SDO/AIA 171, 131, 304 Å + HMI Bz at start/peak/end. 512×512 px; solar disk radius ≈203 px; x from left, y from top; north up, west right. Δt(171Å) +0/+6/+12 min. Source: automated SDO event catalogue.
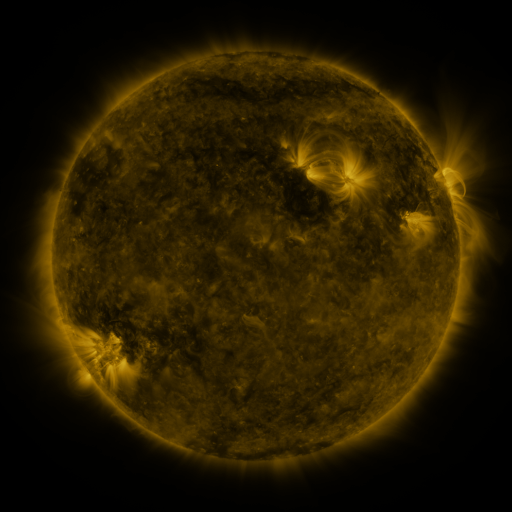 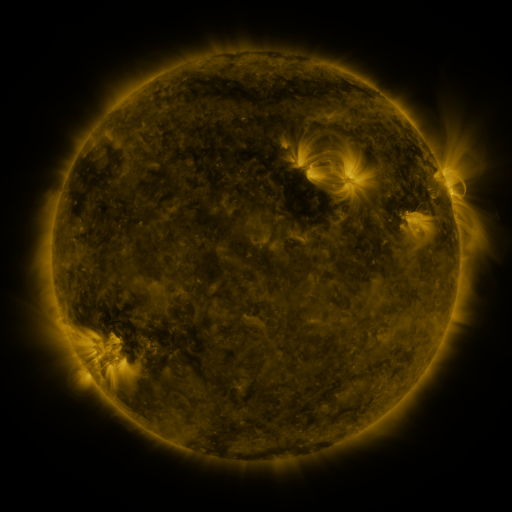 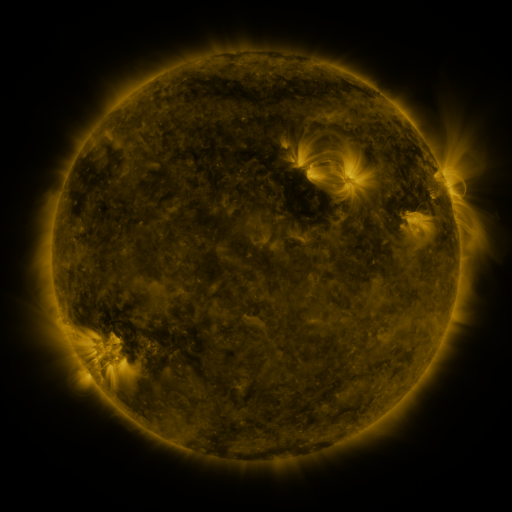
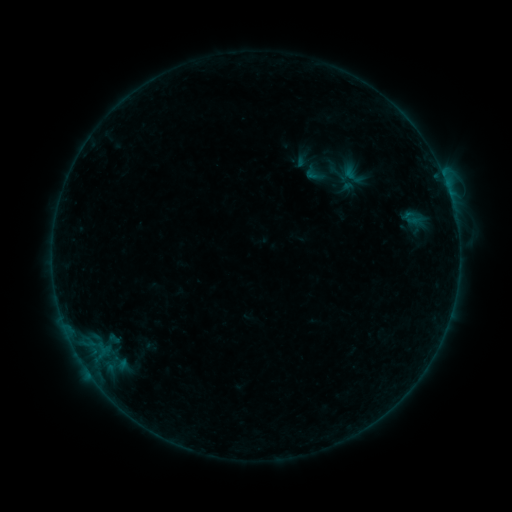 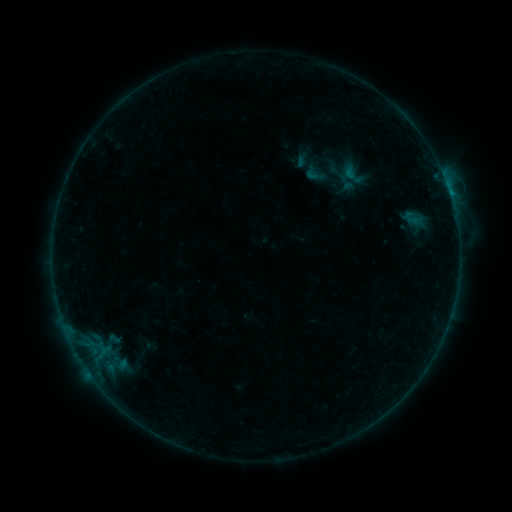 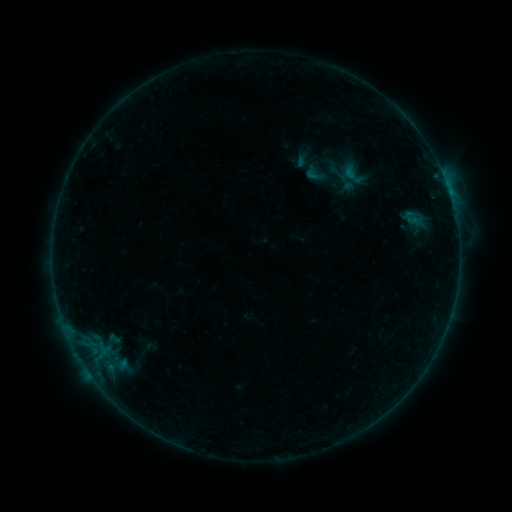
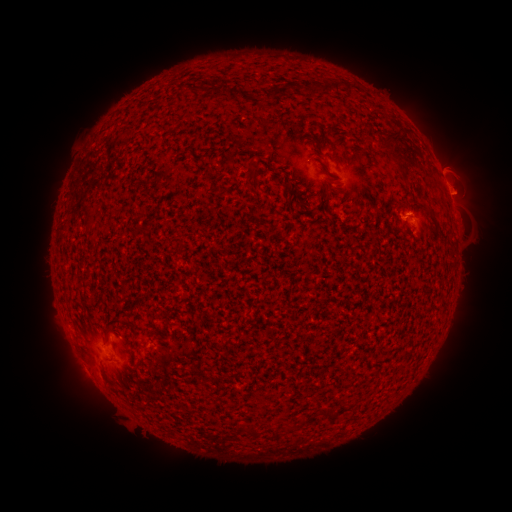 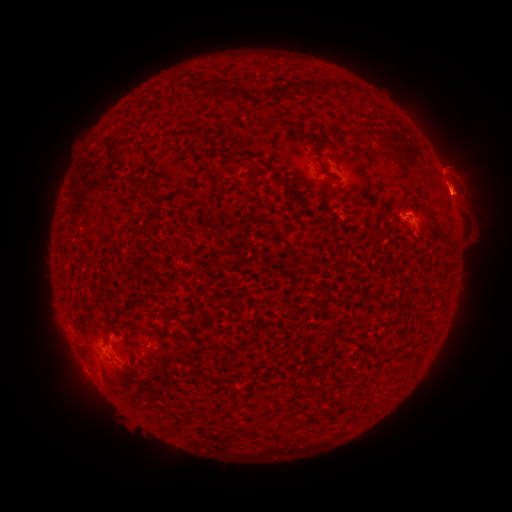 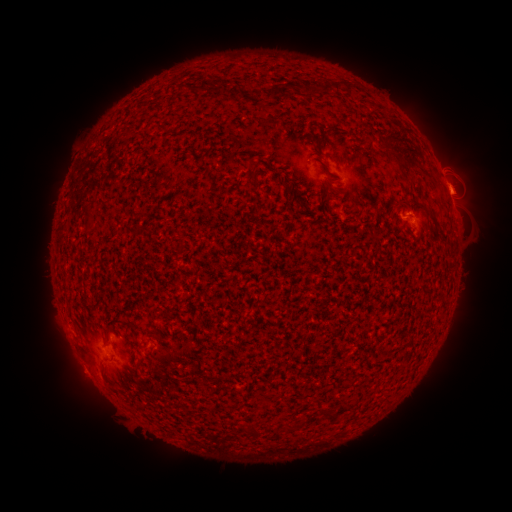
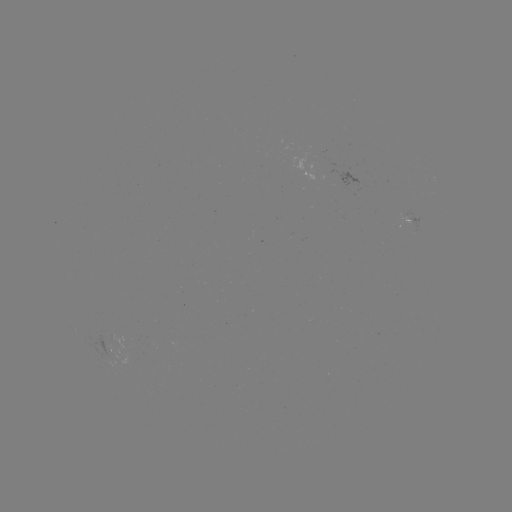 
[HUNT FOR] eruption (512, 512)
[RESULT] [453, 194]